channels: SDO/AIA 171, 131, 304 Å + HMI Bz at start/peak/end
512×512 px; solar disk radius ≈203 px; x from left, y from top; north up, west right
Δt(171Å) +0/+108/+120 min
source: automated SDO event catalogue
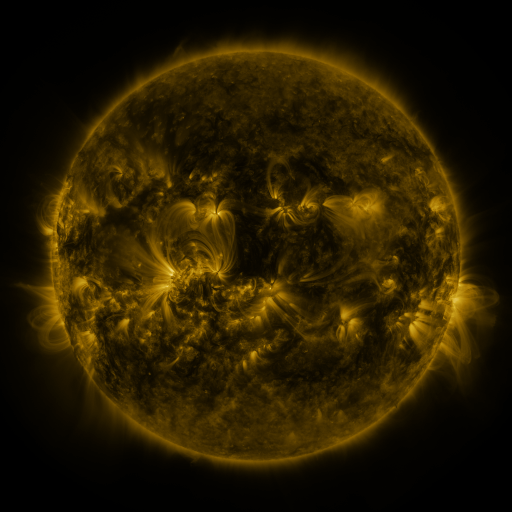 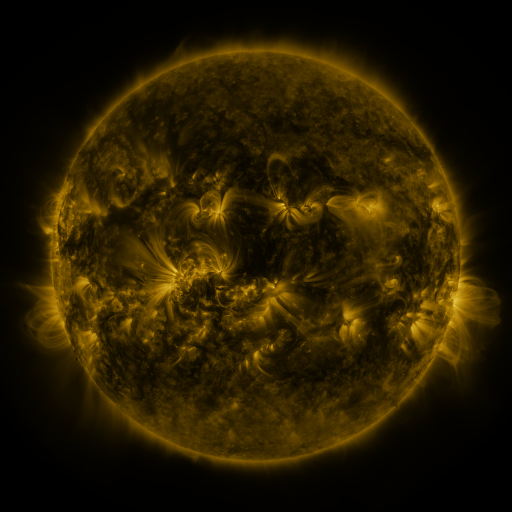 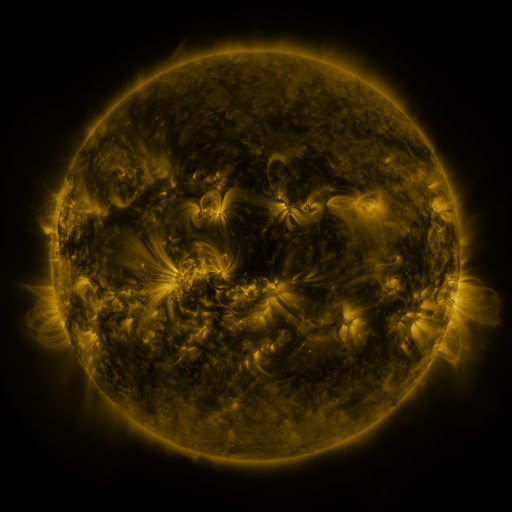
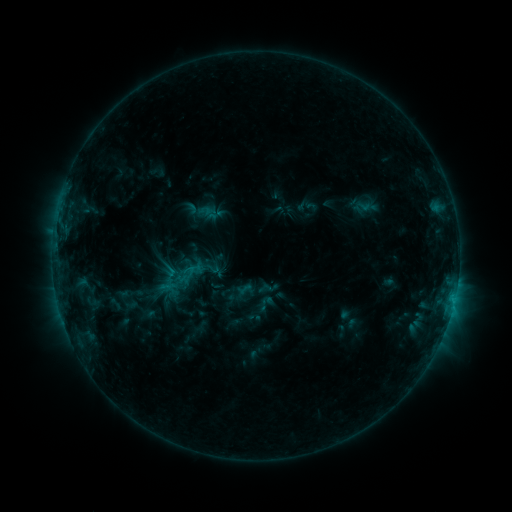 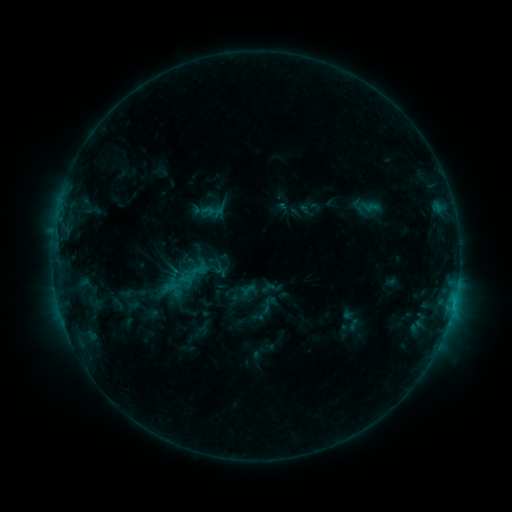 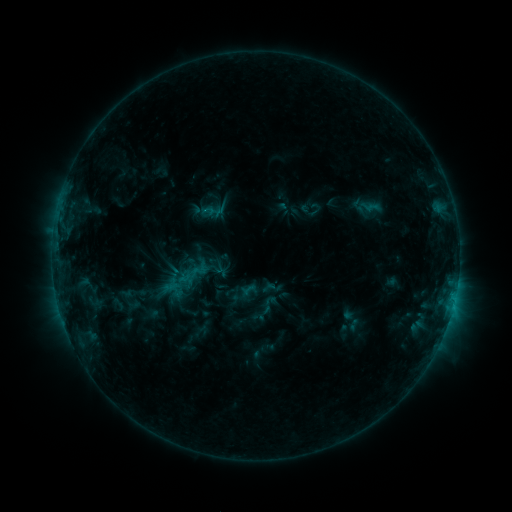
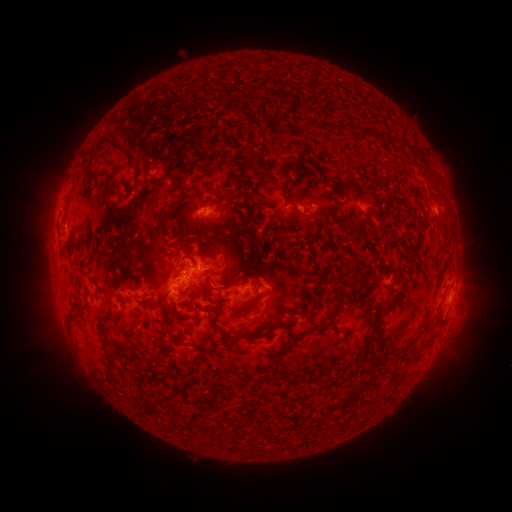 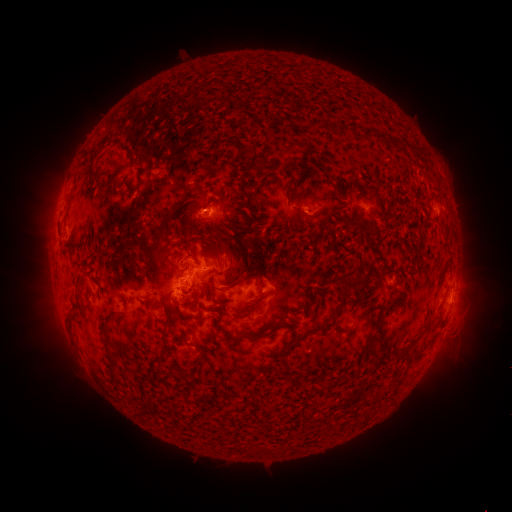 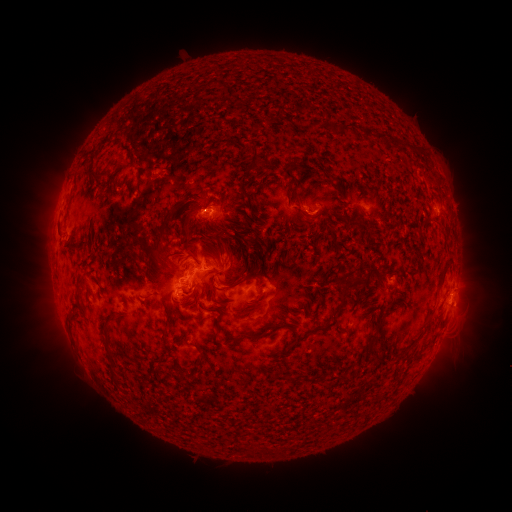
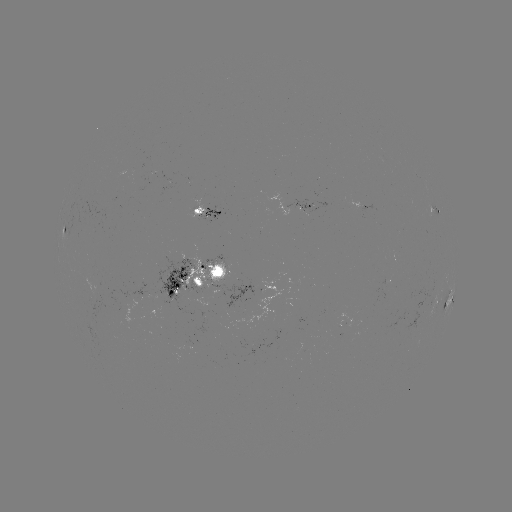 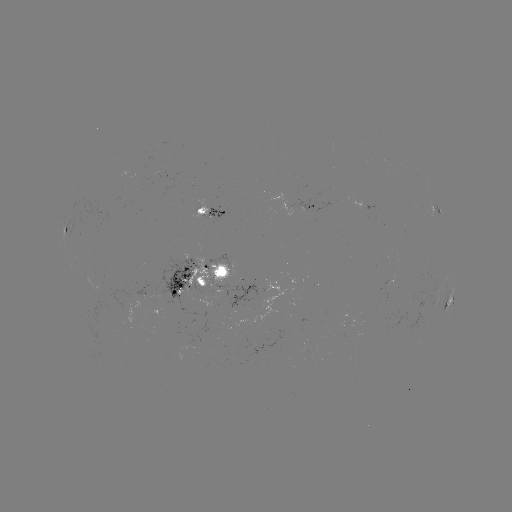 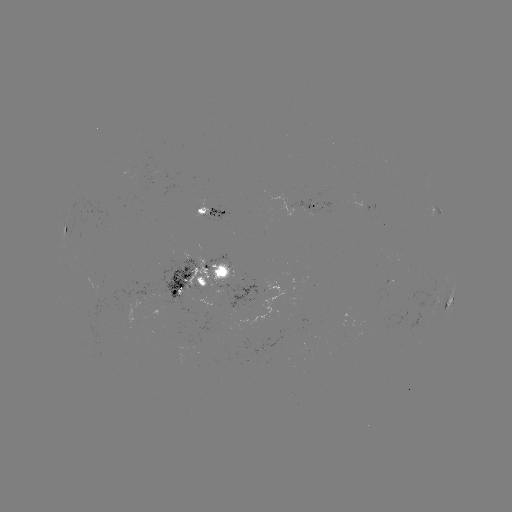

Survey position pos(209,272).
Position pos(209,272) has emerging-flux region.